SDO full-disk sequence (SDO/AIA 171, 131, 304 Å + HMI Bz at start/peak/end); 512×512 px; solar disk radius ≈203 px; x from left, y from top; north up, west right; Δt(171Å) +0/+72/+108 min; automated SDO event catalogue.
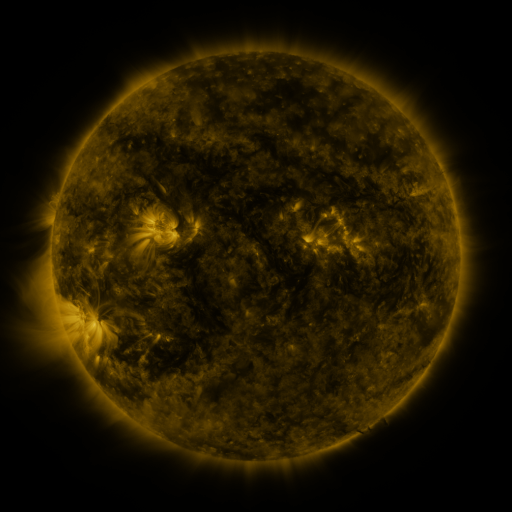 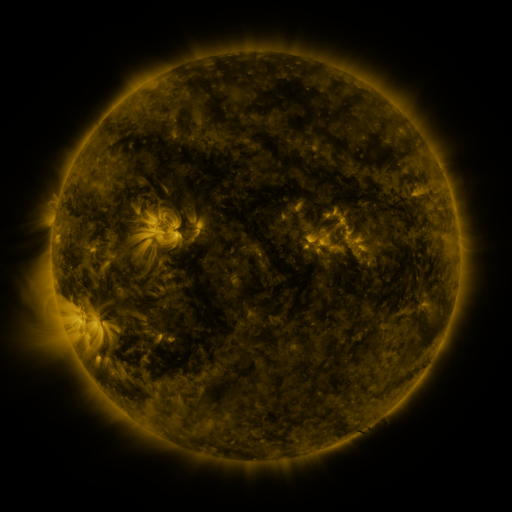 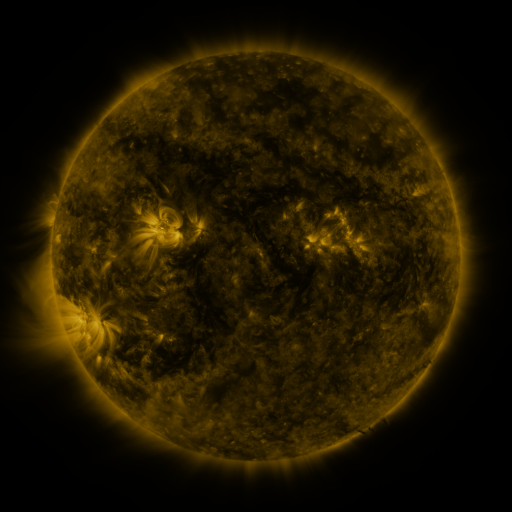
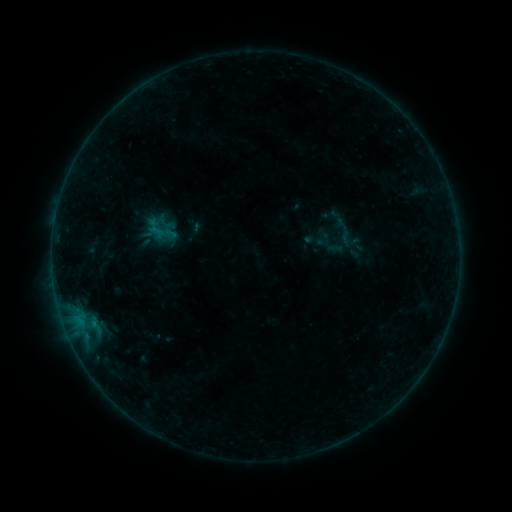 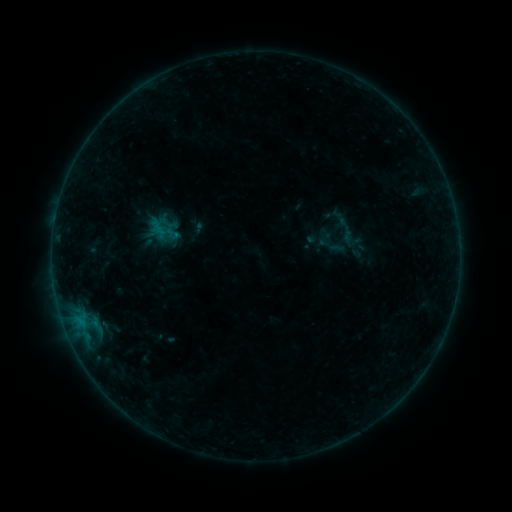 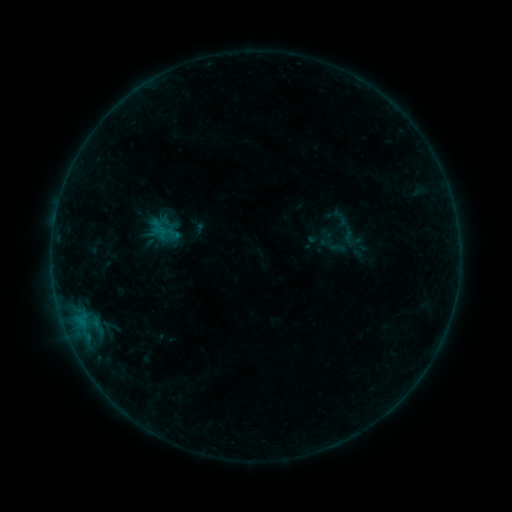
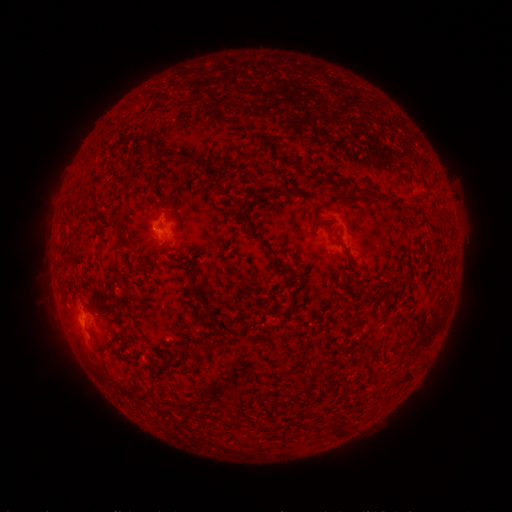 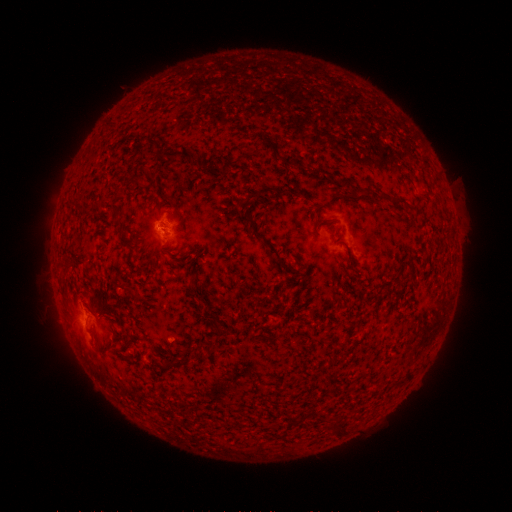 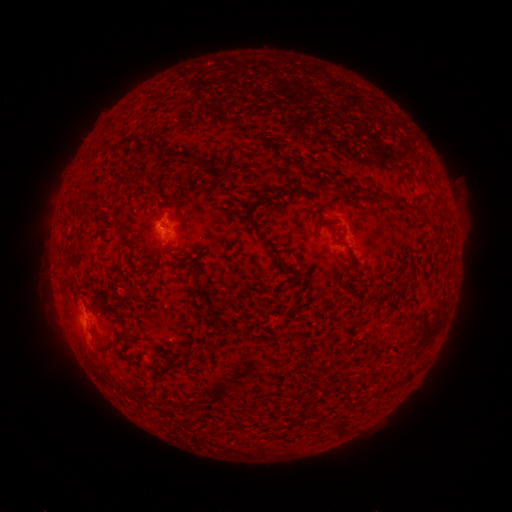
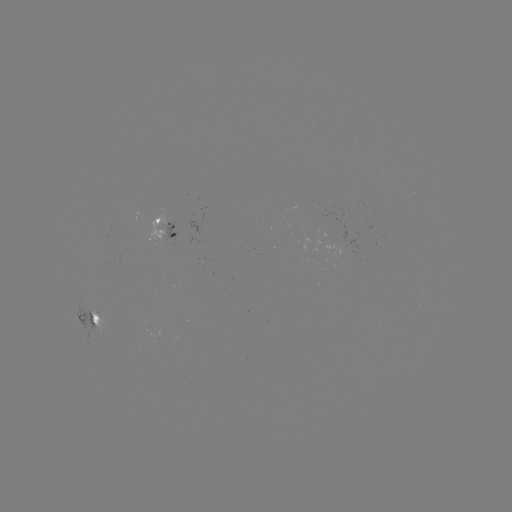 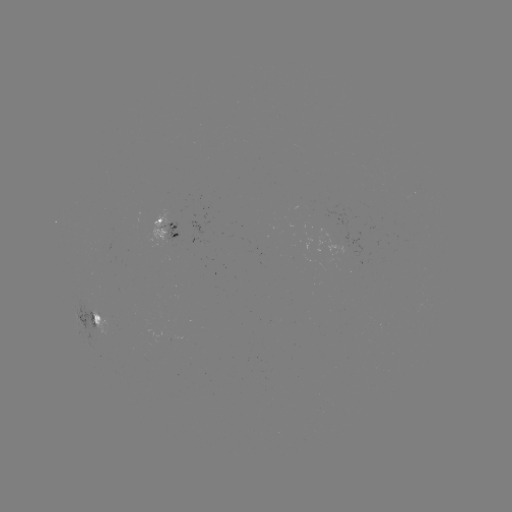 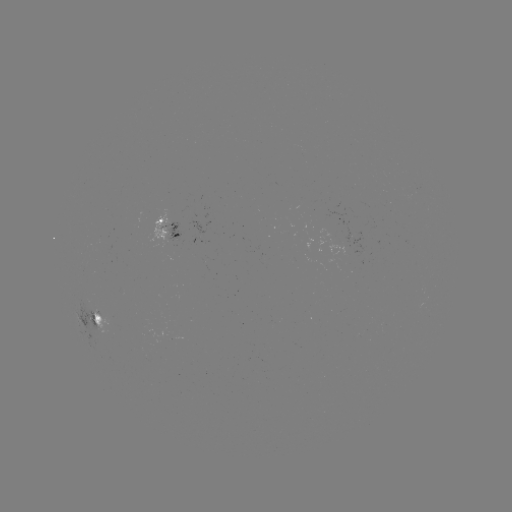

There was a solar emerging-flux region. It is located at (354, 239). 